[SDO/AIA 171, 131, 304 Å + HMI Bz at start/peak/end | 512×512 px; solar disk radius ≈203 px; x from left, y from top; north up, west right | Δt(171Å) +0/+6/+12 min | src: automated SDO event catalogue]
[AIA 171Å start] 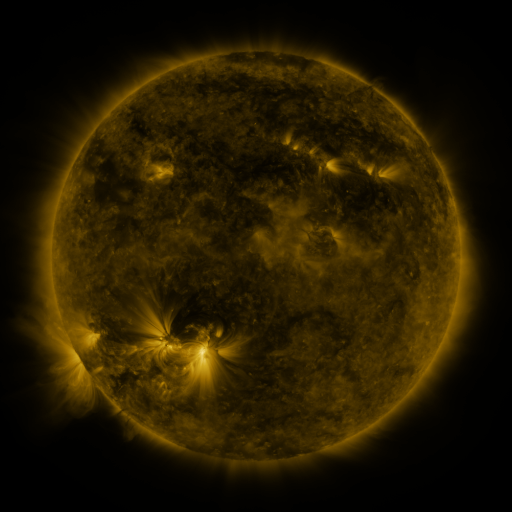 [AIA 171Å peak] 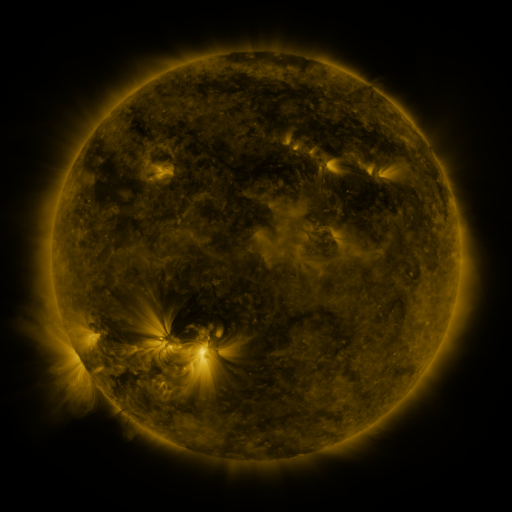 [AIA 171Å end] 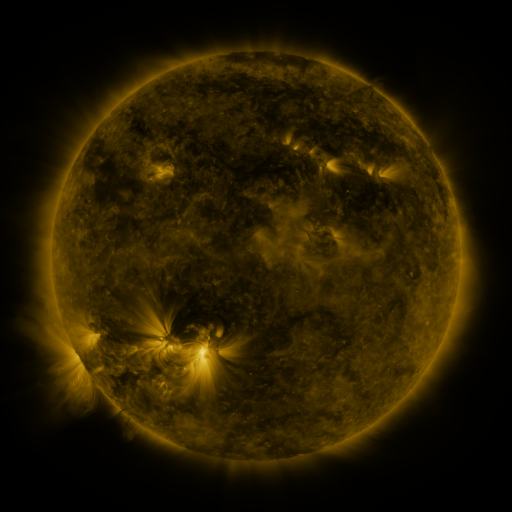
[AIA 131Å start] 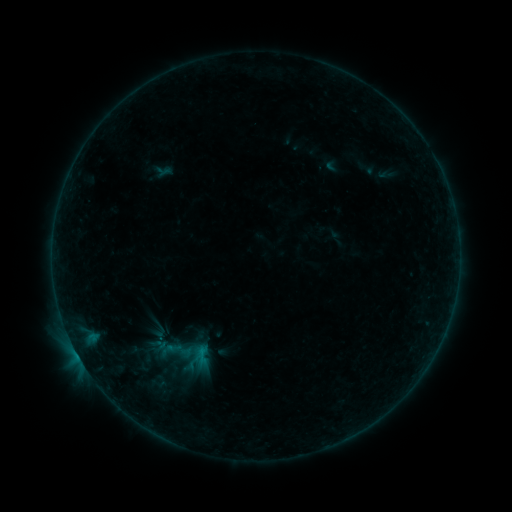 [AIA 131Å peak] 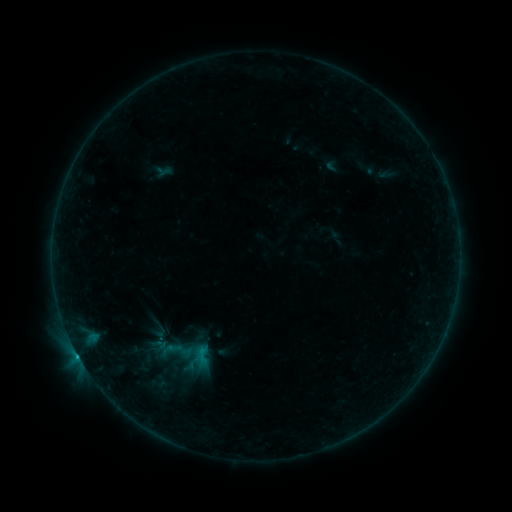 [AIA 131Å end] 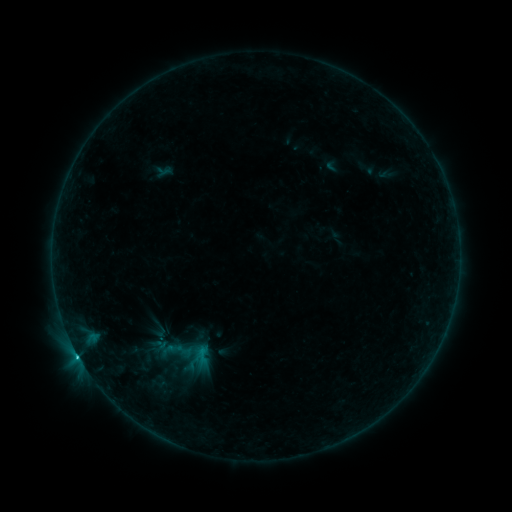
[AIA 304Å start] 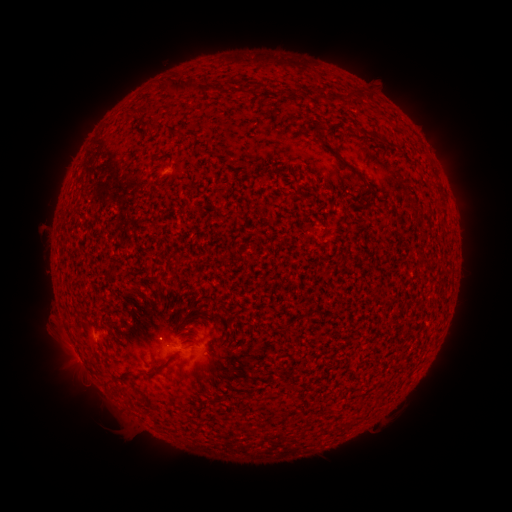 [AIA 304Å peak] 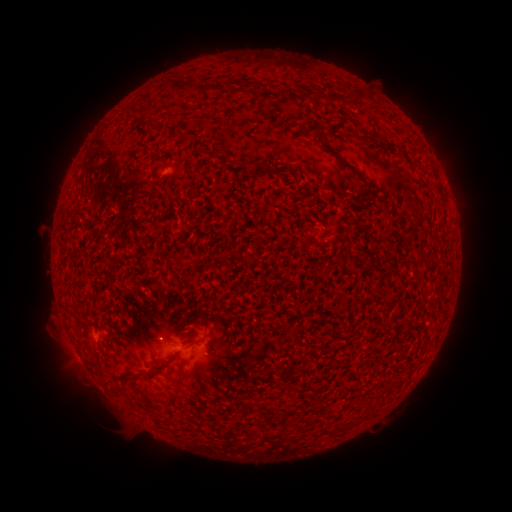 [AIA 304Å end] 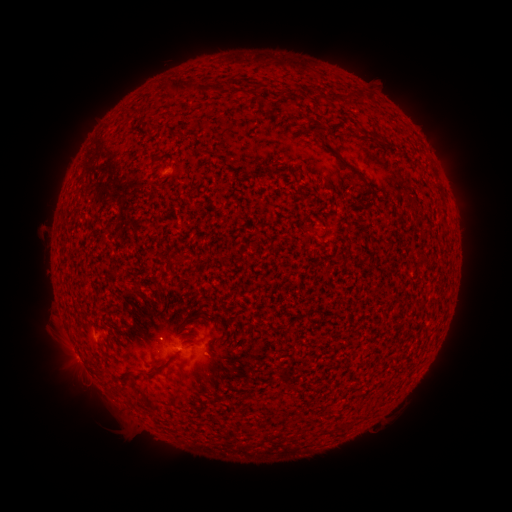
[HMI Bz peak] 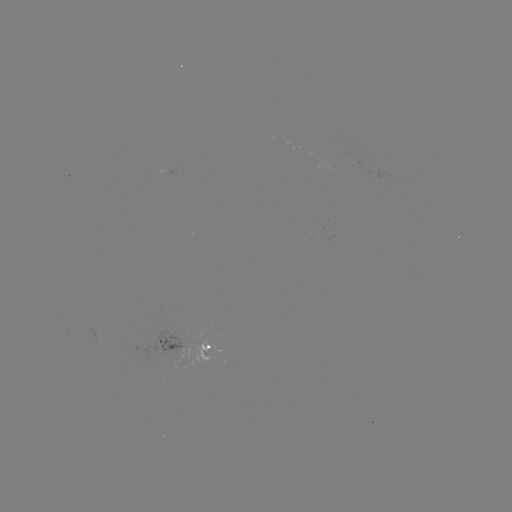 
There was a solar flare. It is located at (78, 355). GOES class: B9.1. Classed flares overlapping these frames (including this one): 1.